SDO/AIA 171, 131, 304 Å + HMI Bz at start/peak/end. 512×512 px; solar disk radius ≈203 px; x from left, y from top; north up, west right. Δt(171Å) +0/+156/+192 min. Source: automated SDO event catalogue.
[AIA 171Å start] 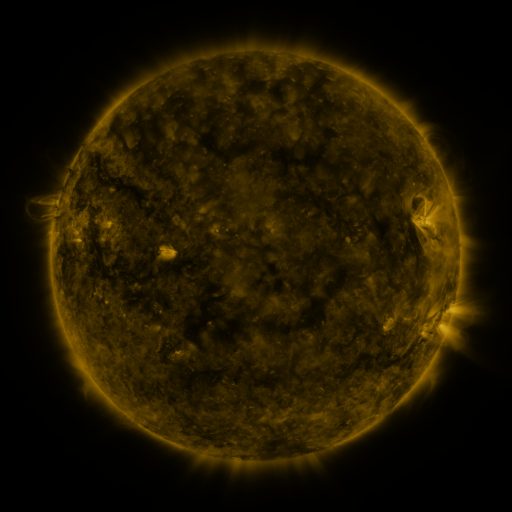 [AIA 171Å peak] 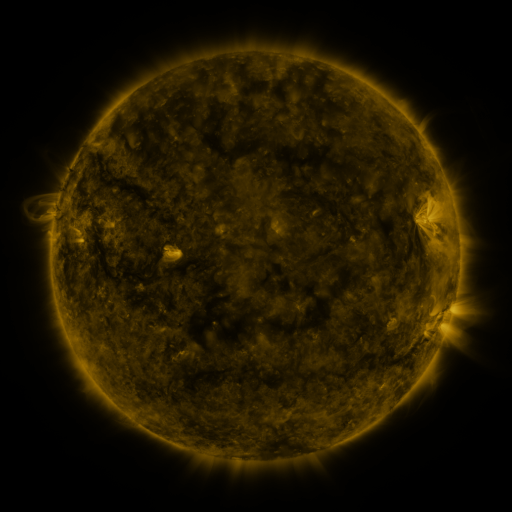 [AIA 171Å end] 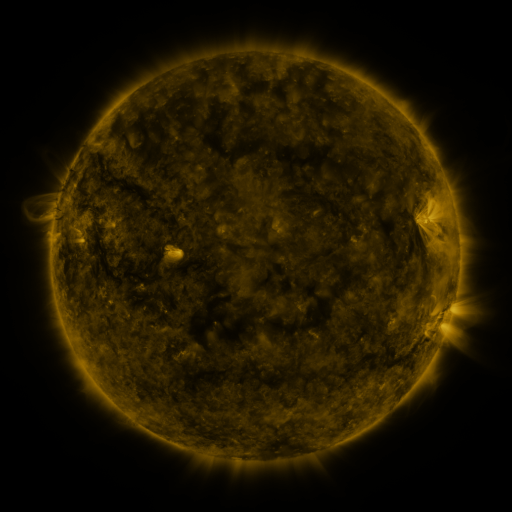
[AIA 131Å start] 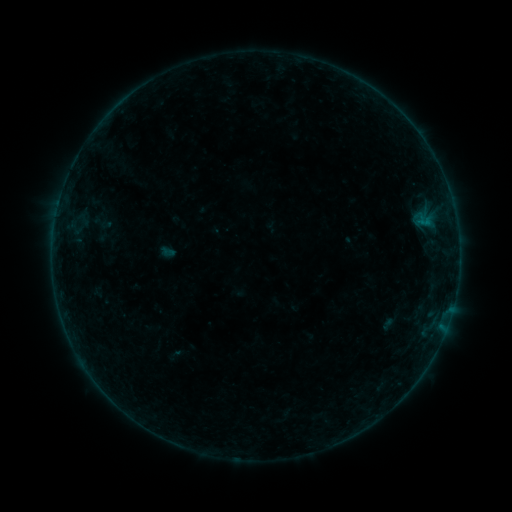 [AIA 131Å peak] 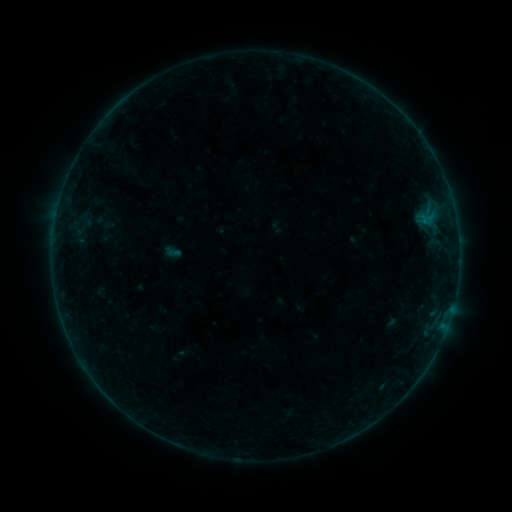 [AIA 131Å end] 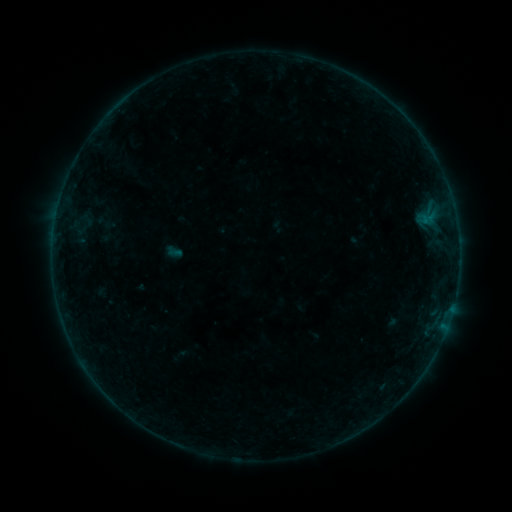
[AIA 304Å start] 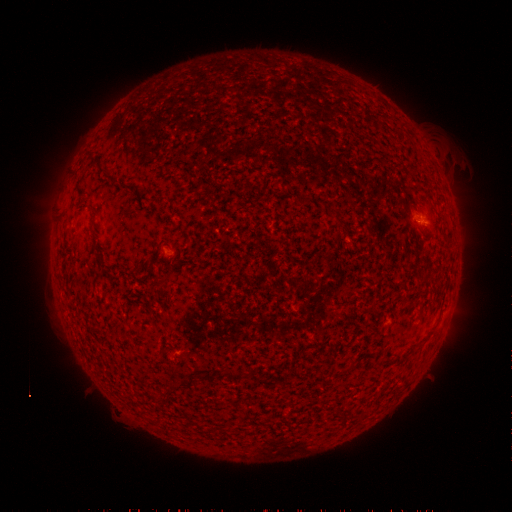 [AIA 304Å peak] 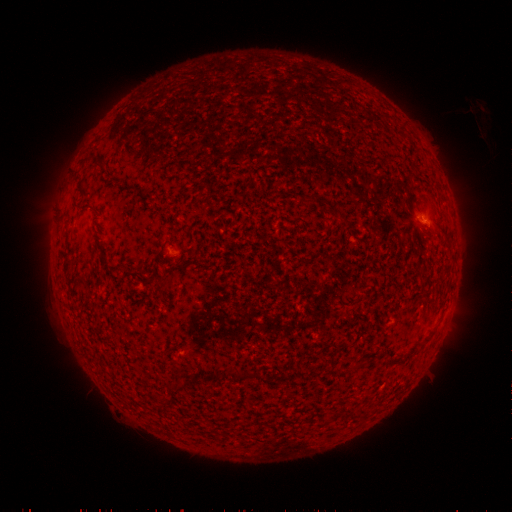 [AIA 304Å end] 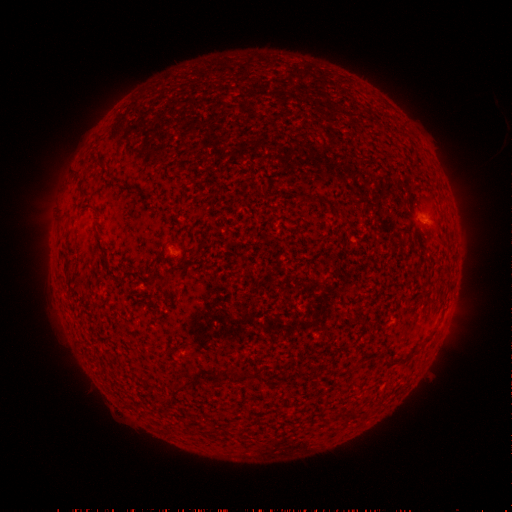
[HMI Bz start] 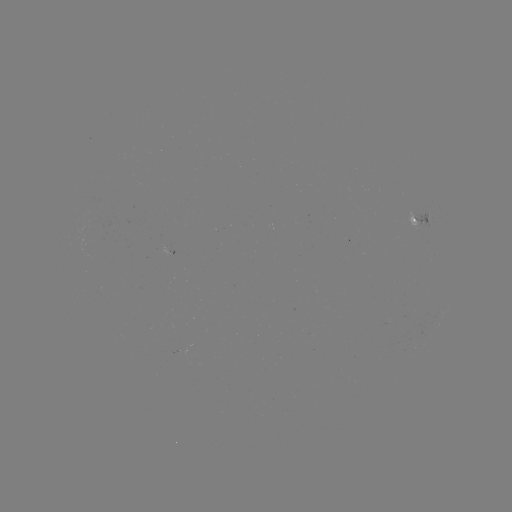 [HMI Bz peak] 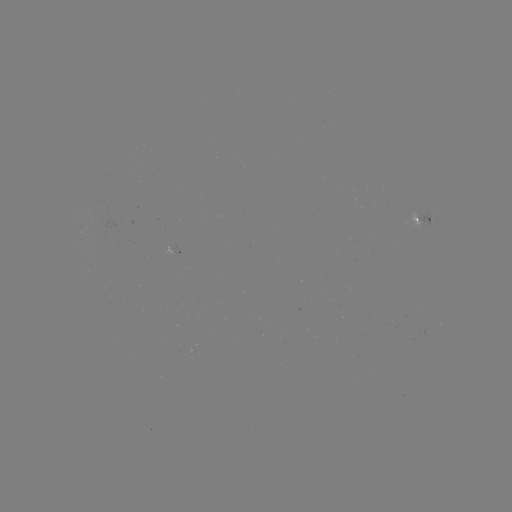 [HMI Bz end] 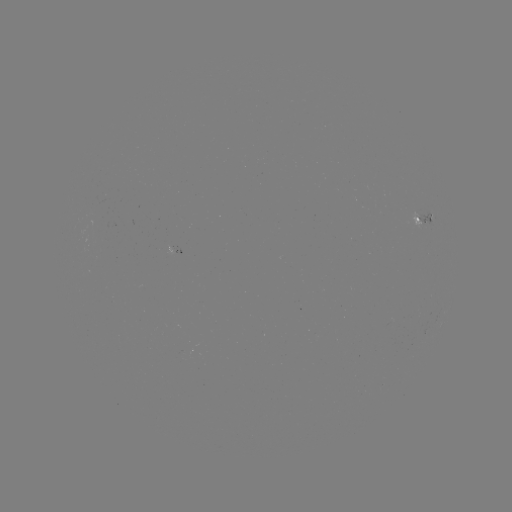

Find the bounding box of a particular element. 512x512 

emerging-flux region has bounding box [162, 241, 171, 254].